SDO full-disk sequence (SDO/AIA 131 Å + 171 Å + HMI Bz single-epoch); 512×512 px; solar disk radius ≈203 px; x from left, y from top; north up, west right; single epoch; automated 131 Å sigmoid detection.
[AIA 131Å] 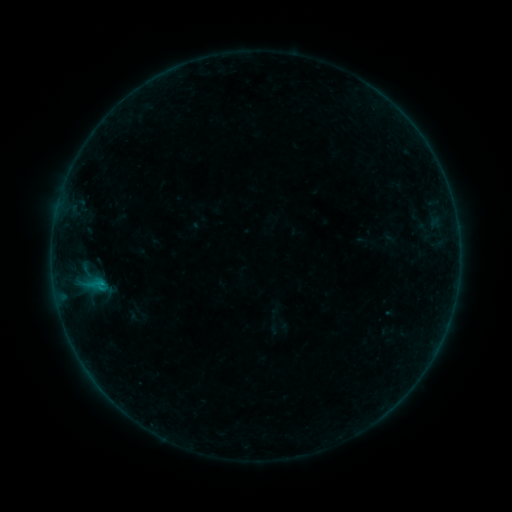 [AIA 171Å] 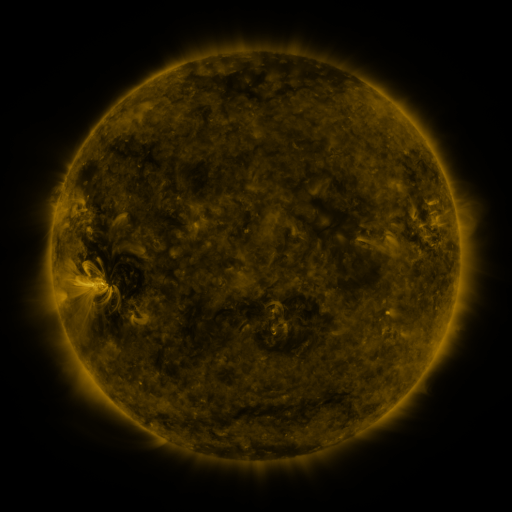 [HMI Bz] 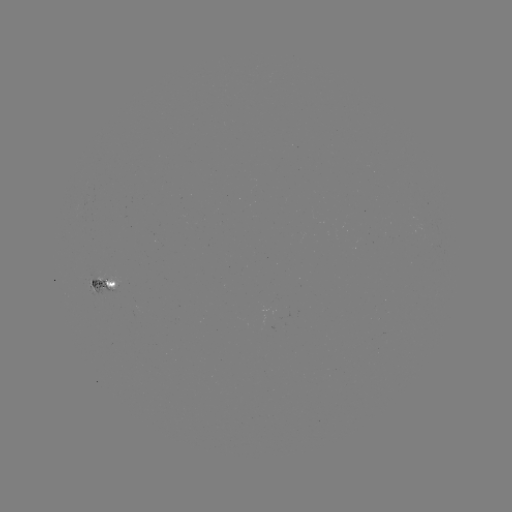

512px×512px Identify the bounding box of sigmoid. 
[84, 272, 109, 297].